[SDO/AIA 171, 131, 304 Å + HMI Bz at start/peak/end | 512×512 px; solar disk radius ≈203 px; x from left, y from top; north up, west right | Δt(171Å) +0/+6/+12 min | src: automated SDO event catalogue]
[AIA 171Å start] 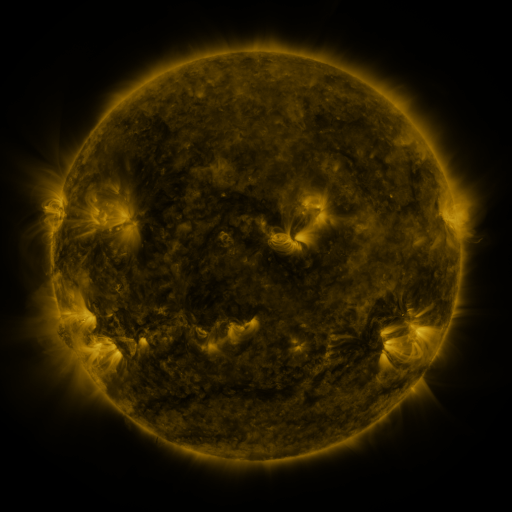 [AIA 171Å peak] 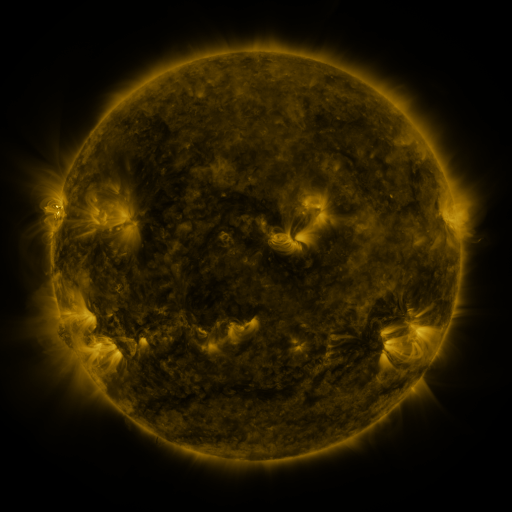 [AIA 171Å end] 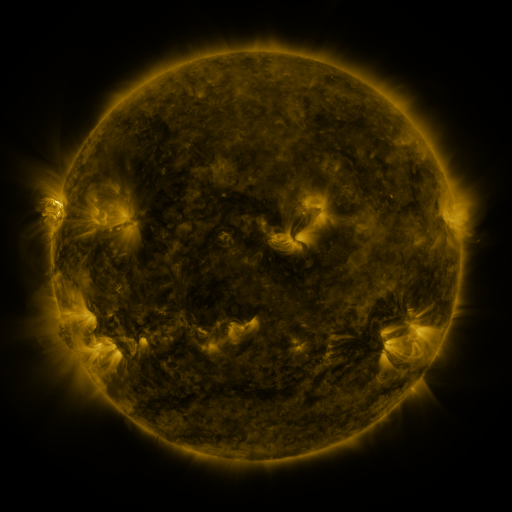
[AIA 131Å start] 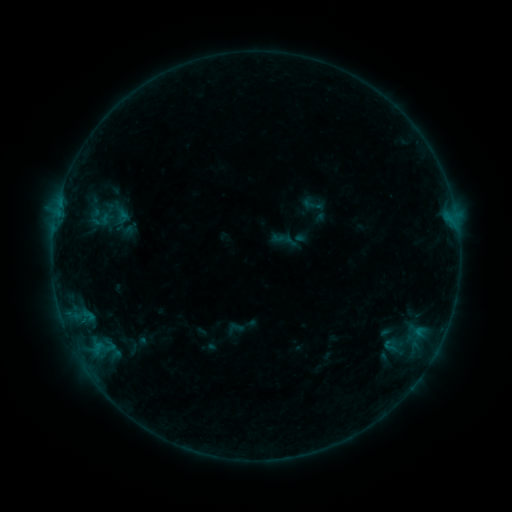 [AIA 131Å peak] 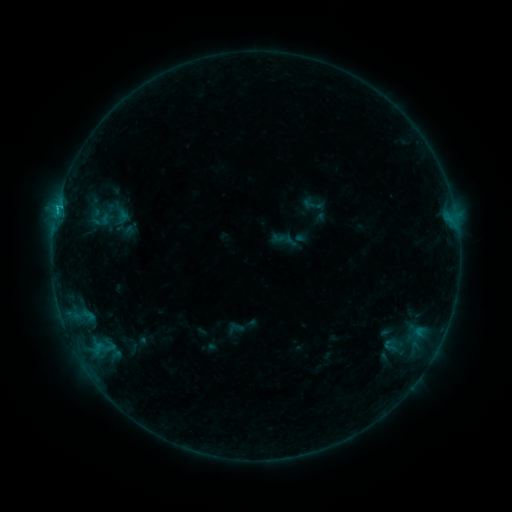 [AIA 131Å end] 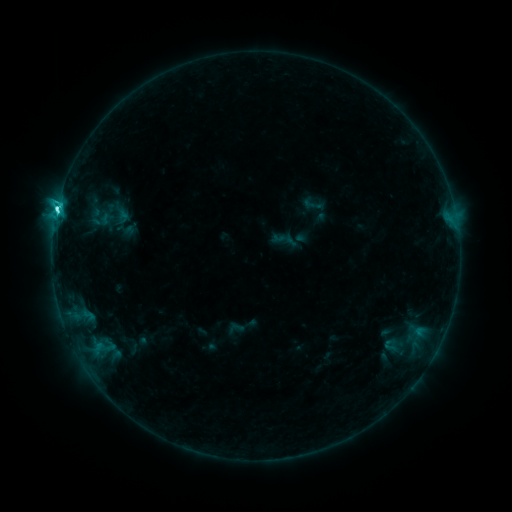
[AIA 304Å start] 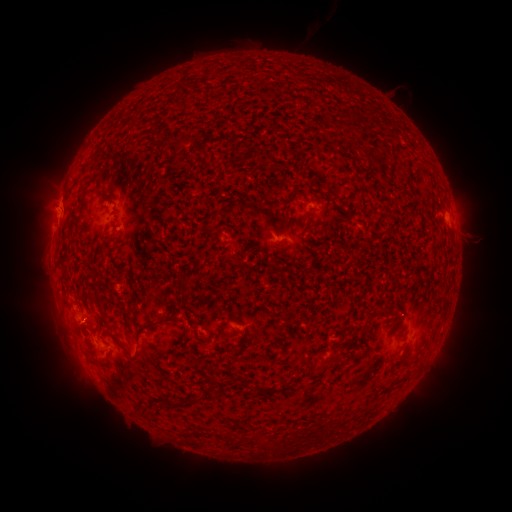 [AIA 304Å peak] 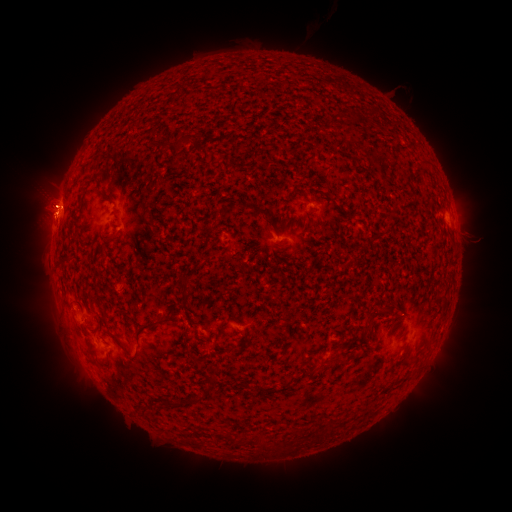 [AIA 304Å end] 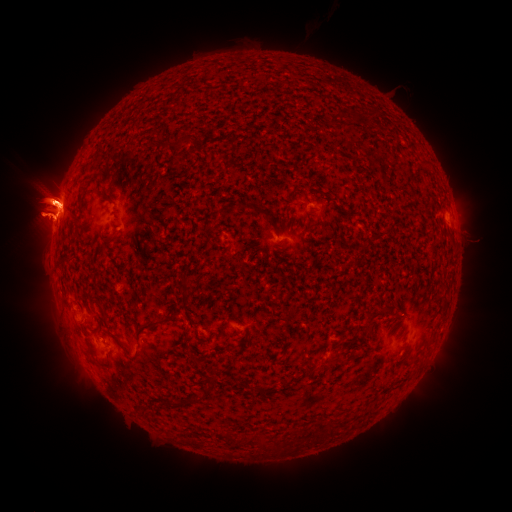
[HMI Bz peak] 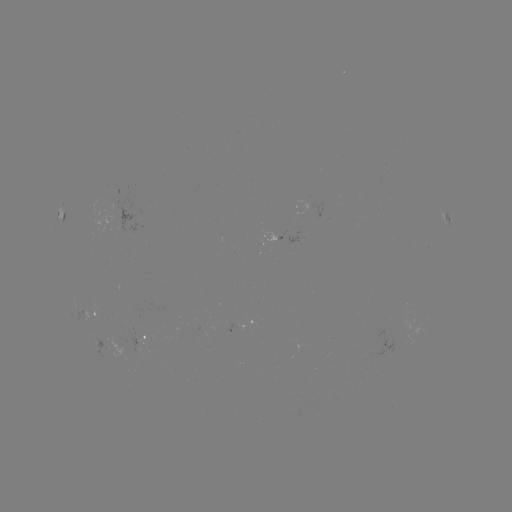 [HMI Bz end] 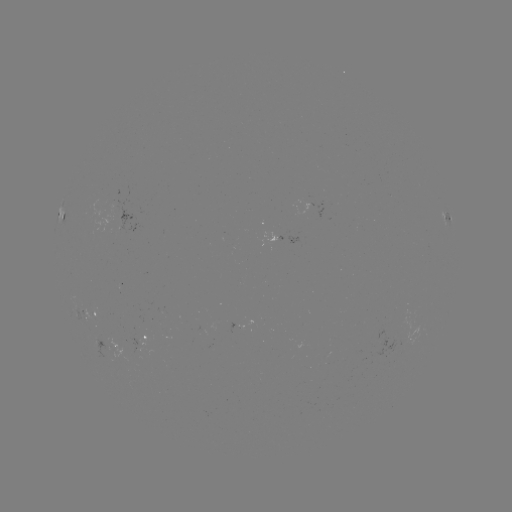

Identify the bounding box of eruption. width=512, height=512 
[0, 126, 111, 289].